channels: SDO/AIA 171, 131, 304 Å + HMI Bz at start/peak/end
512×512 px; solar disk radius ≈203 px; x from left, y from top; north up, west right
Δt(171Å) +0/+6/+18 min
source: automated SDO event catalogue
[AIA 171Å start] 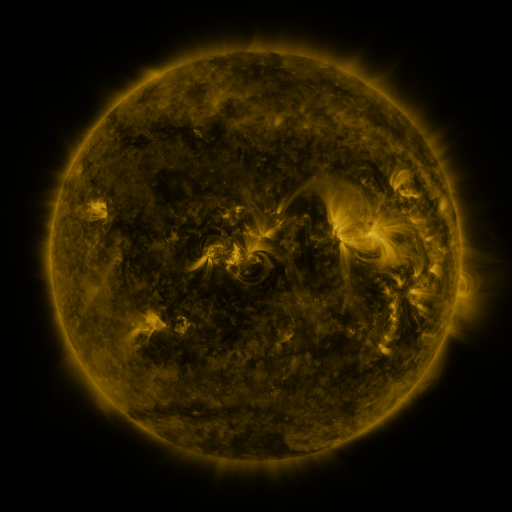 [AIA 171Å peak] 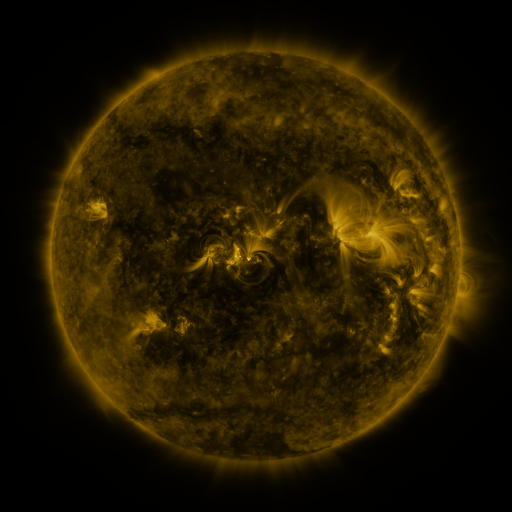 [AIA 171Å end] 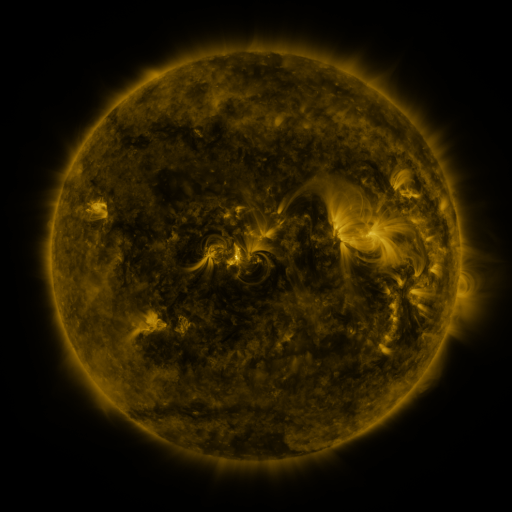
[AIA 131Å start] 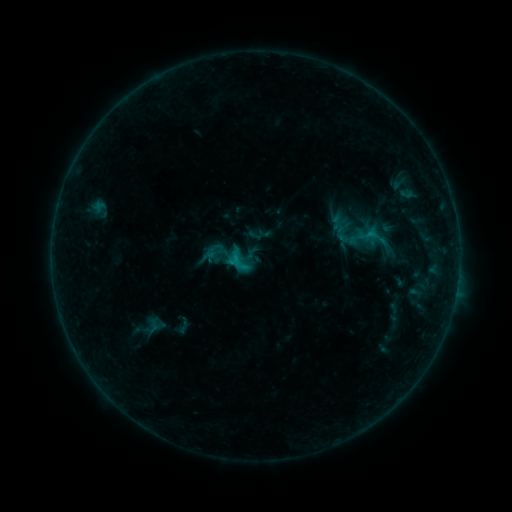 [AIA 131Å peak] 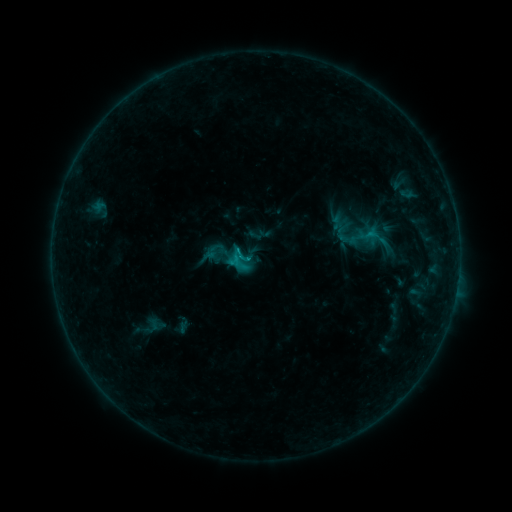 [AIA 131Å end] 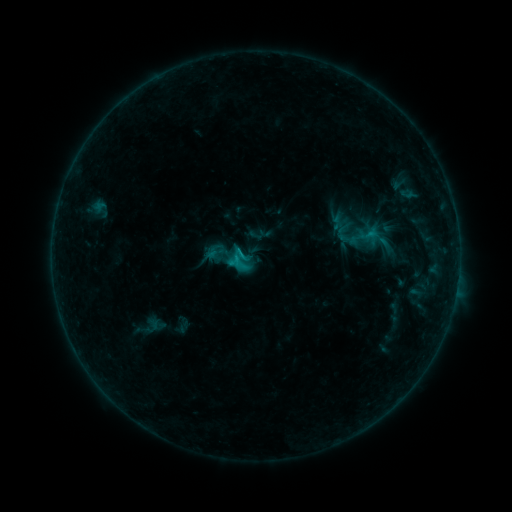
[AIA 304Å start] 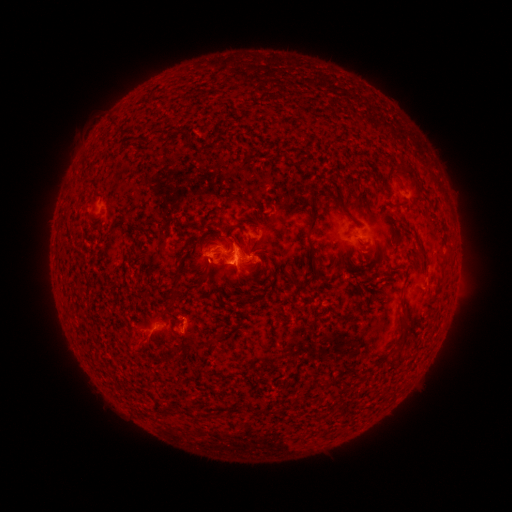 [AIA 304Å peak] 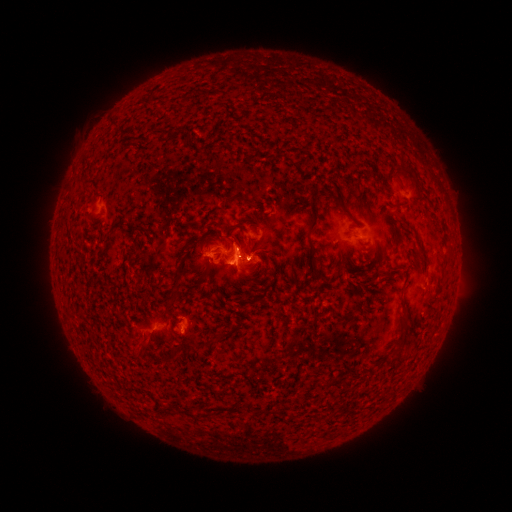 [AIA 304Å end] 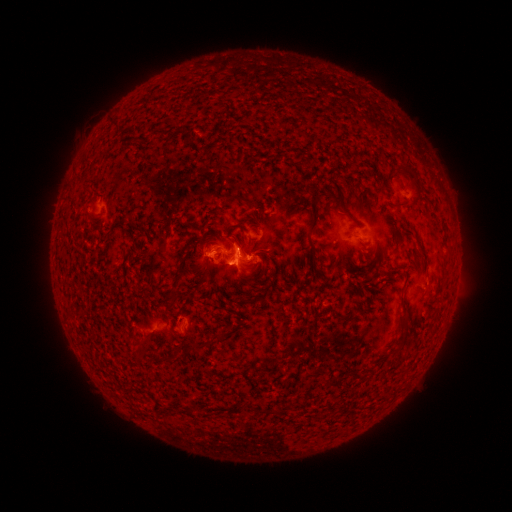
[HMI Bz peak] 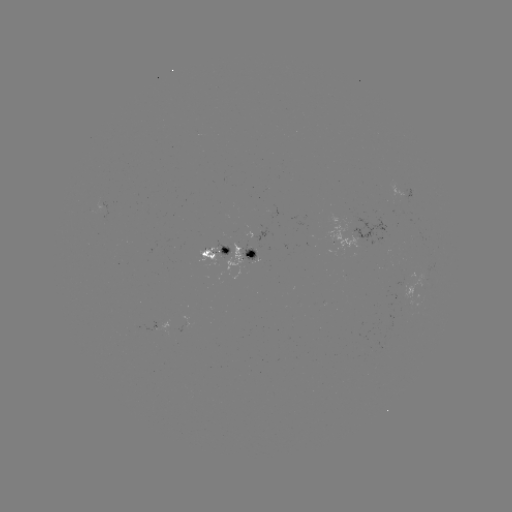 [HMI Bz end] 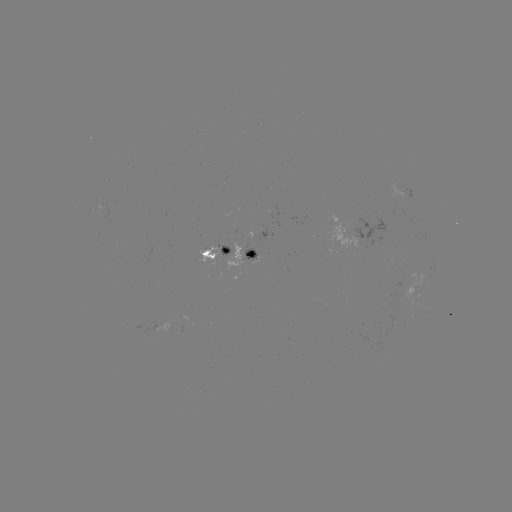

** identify C1.4 flare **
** (245, 258) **